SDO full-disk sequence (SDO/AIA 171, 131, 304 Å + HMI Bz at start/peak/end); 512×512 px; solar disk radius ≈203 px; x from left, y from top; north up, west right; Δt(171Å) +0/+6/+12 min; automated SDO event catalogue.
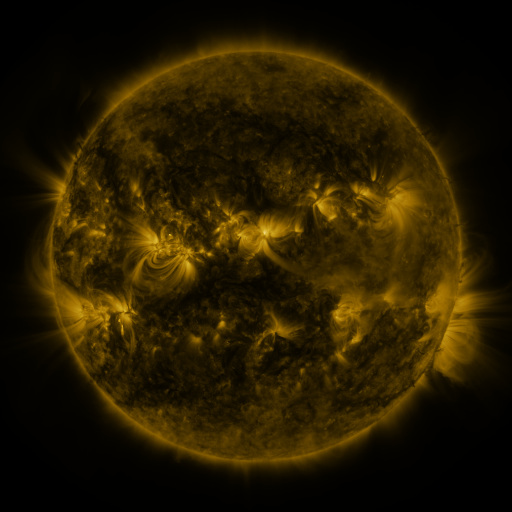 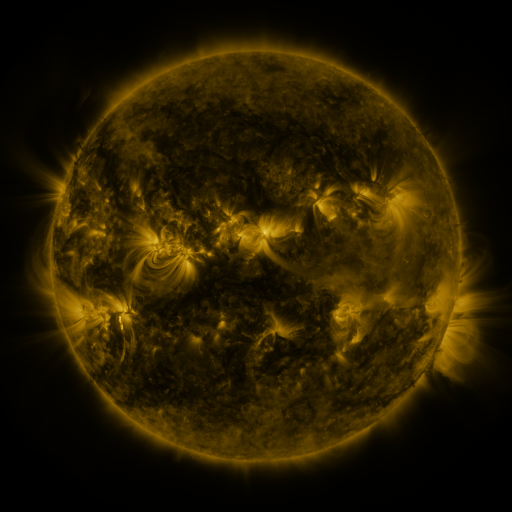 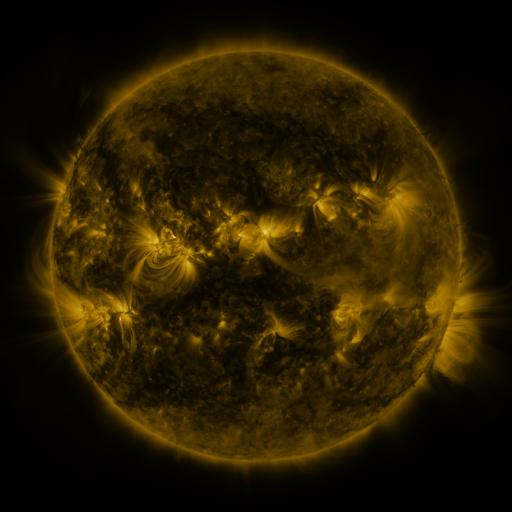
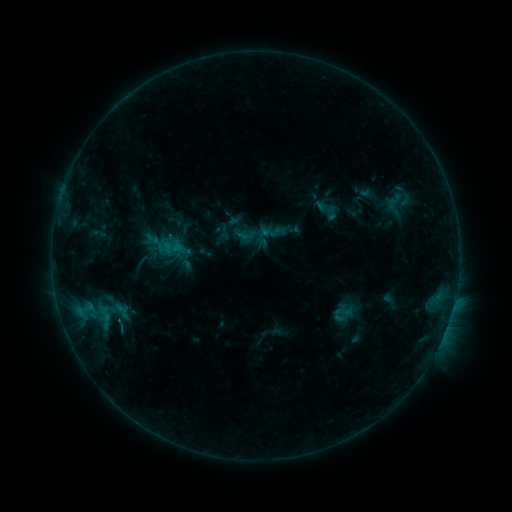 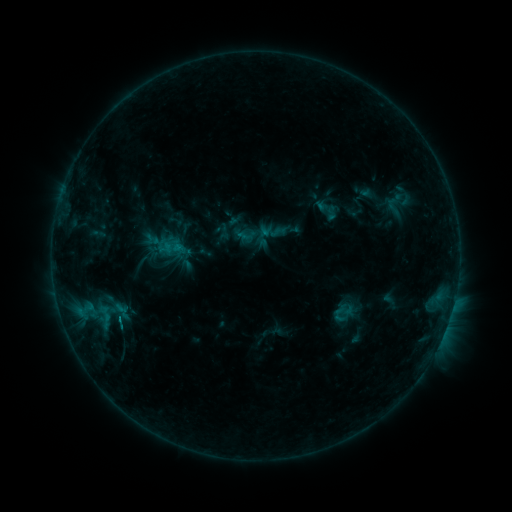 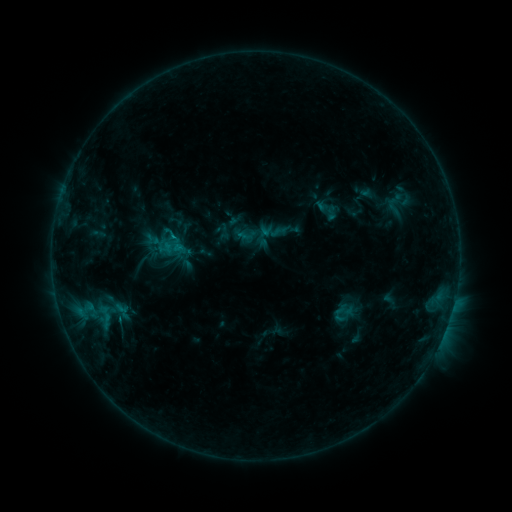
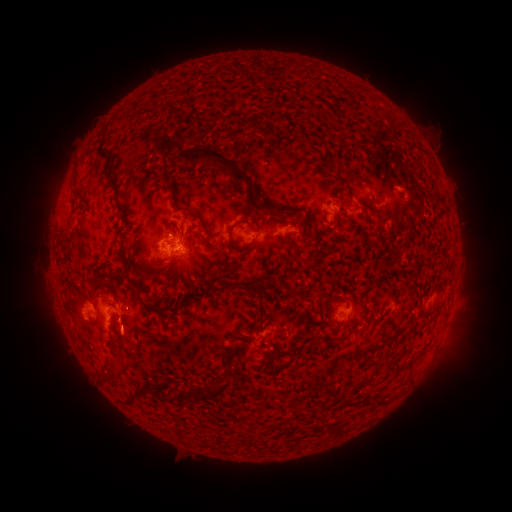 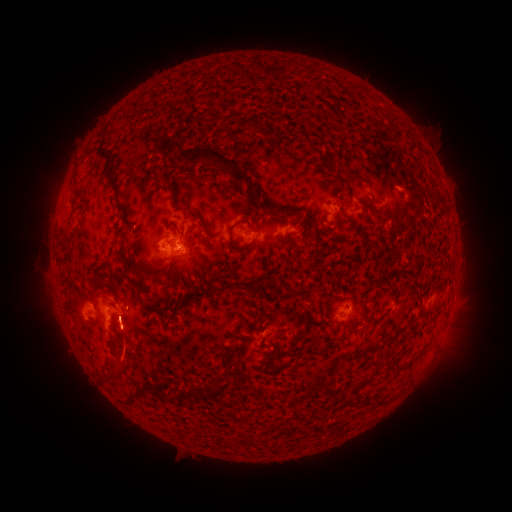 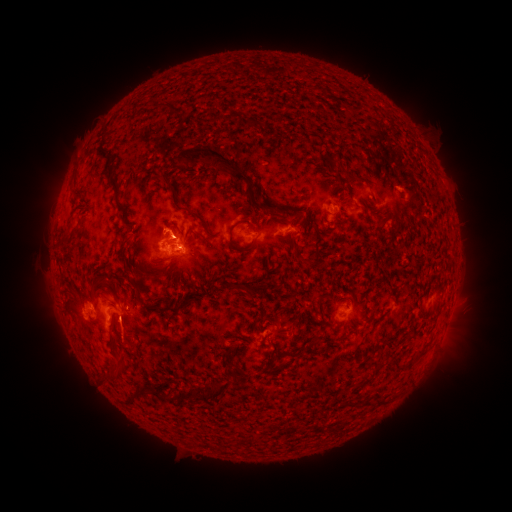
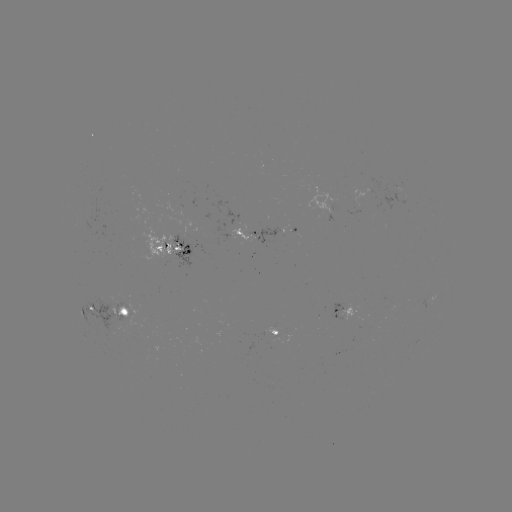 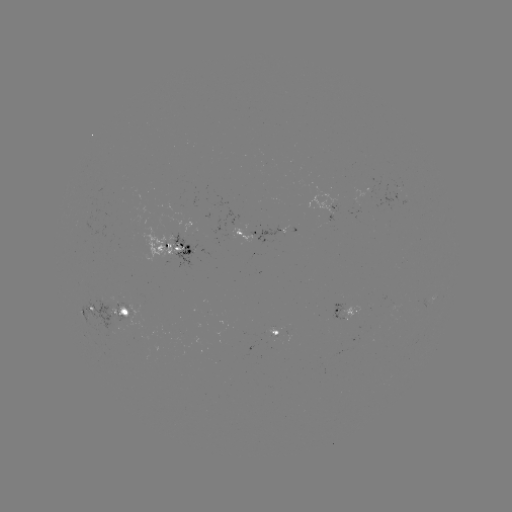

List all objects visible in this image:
eruption: (125, 339)
